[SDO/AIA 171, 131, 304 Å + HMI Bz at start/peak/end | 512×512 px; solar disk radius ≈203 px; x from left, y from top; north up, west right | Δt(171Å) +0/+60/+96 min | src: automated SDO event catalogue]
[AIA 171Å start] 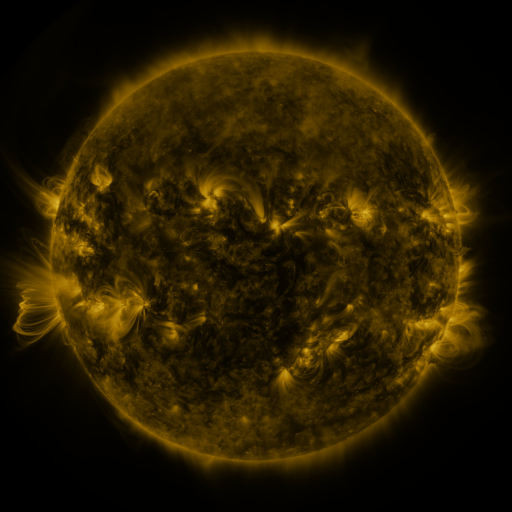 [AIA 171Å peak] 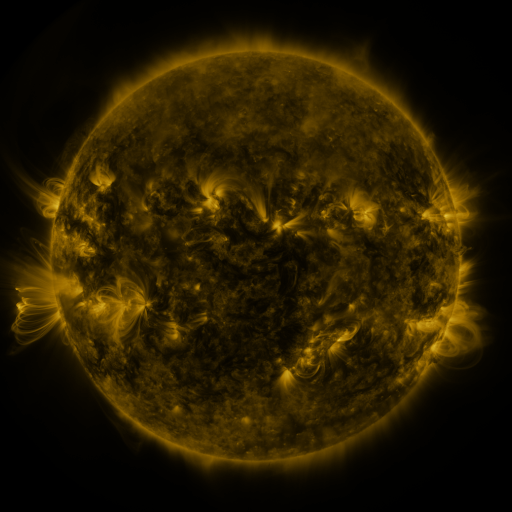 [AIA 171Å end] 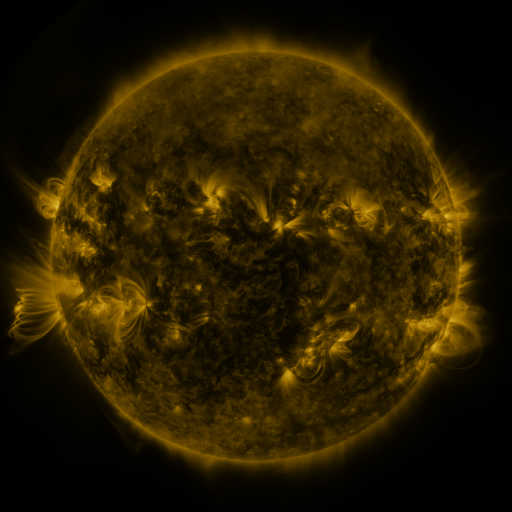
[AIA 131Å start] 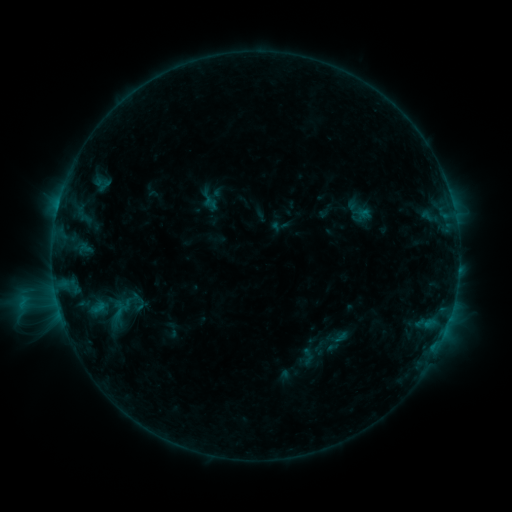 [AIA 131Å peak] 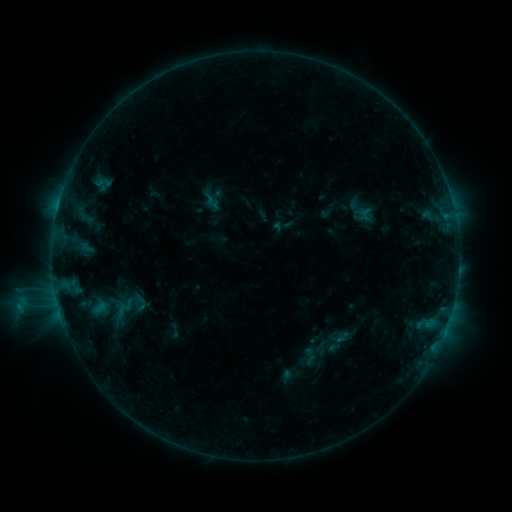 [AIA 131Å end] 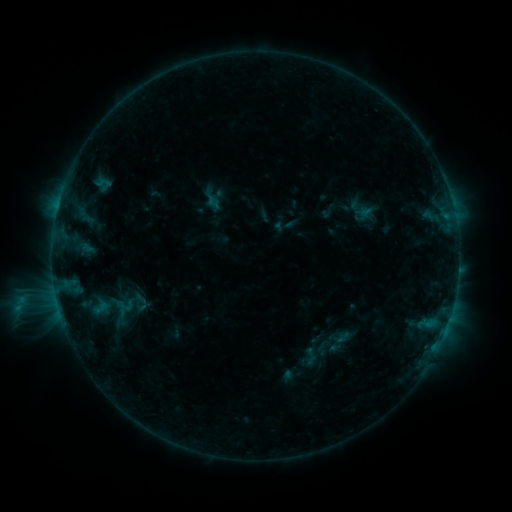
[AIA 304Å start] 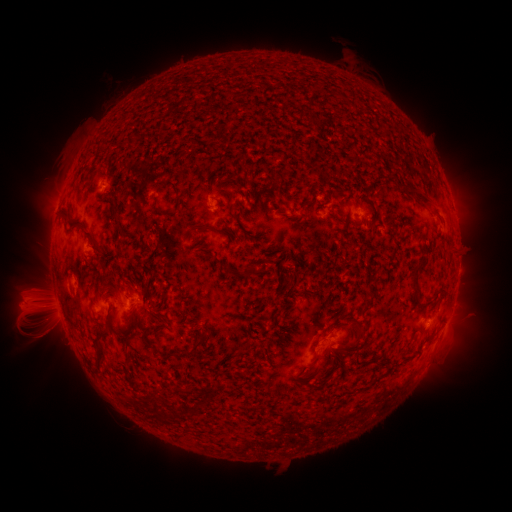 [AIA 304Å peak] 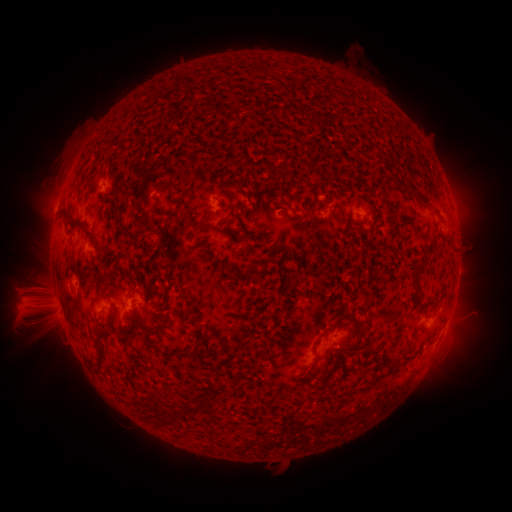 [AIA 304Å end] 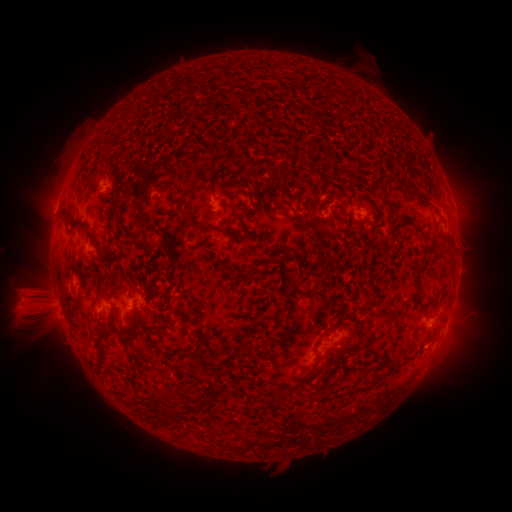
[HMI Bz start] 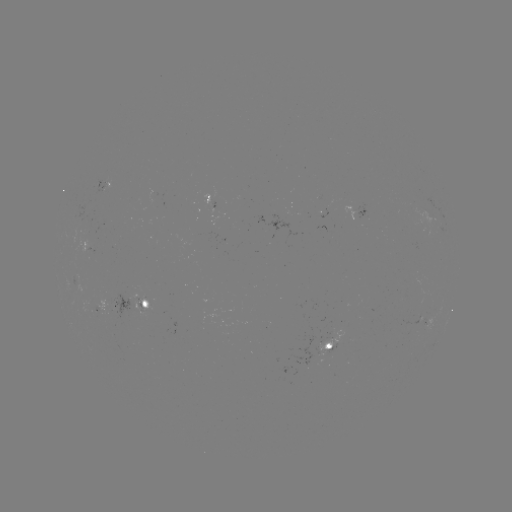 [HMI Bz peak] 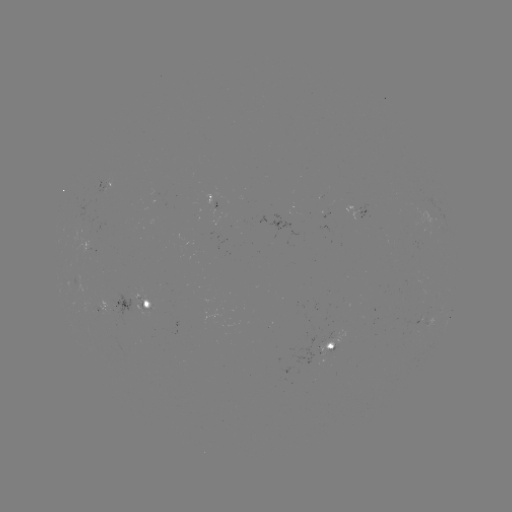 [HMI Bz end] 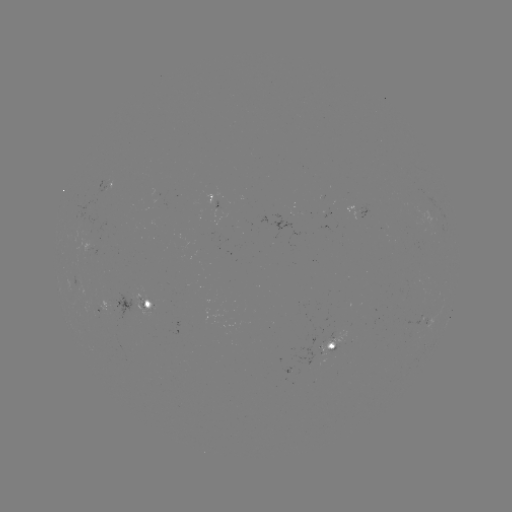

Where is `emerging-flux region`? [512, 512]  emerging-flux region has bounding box [83, 214, 97, 233].